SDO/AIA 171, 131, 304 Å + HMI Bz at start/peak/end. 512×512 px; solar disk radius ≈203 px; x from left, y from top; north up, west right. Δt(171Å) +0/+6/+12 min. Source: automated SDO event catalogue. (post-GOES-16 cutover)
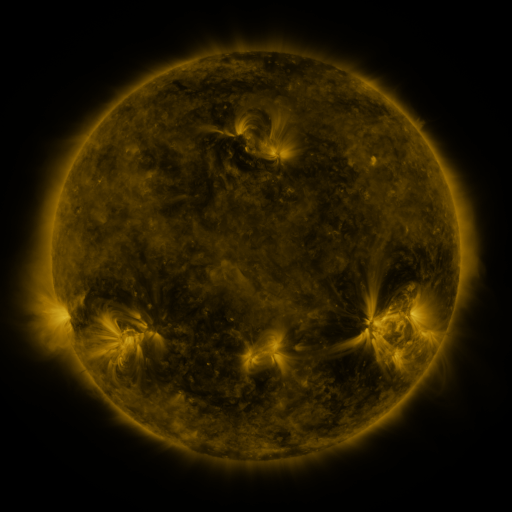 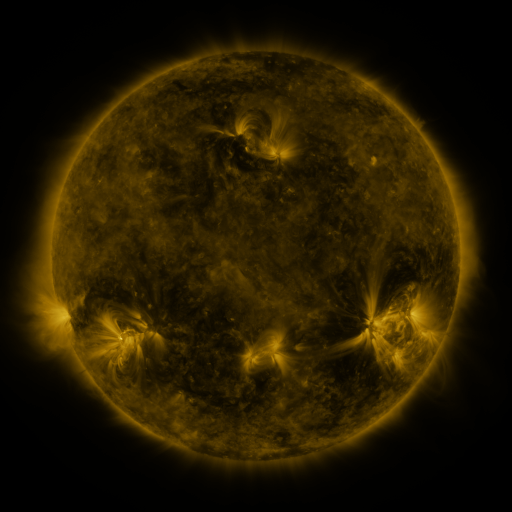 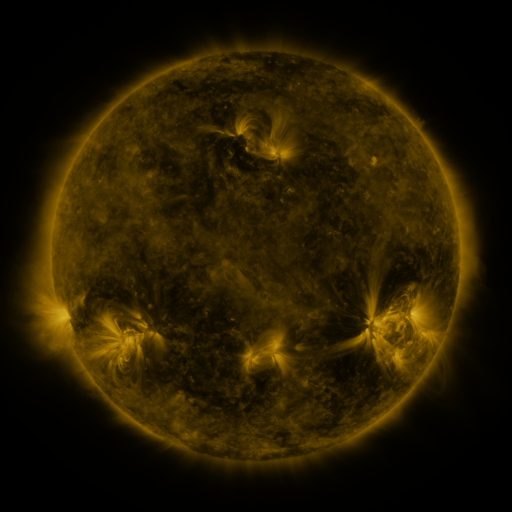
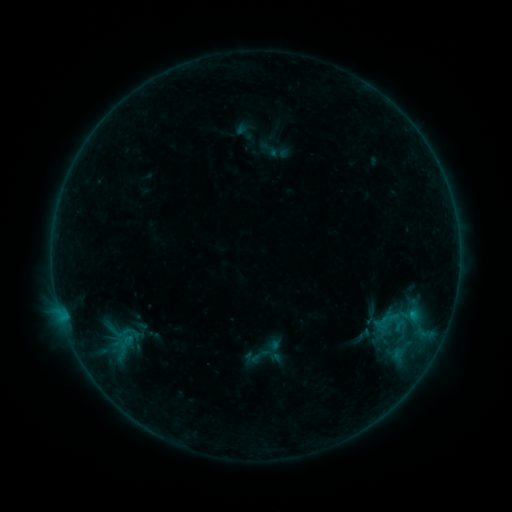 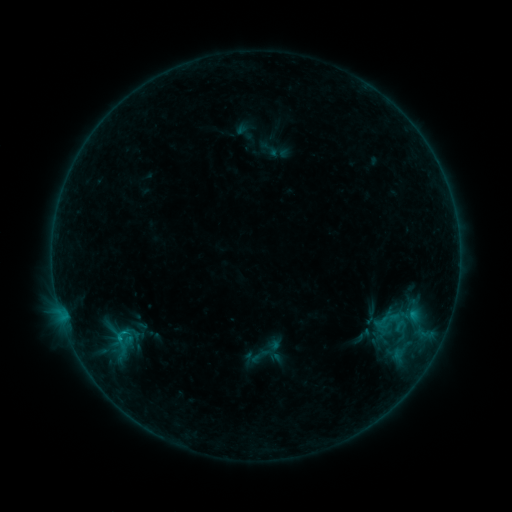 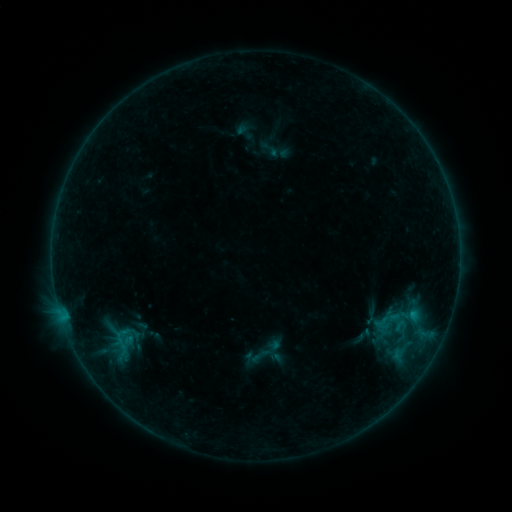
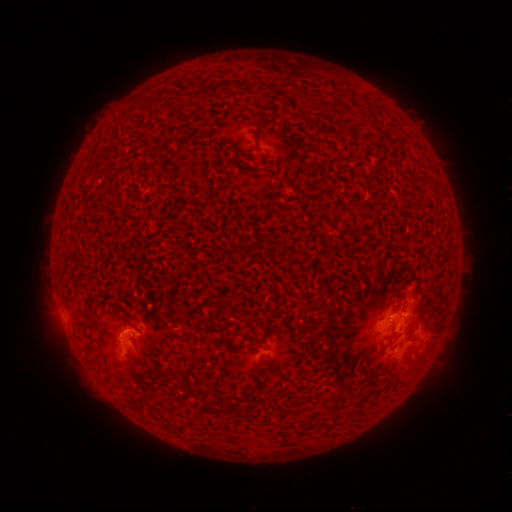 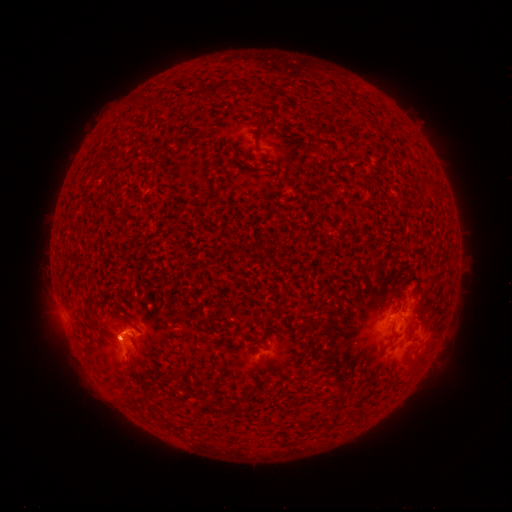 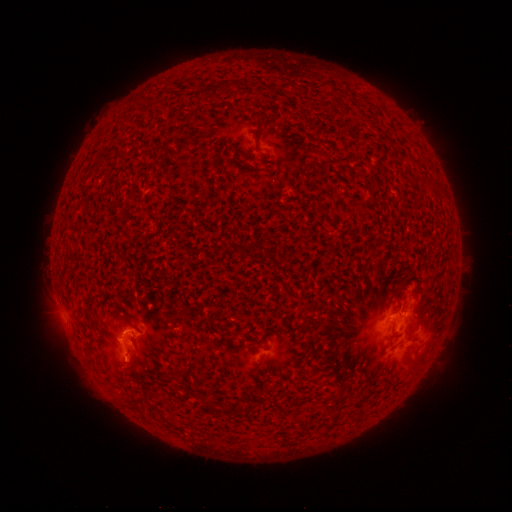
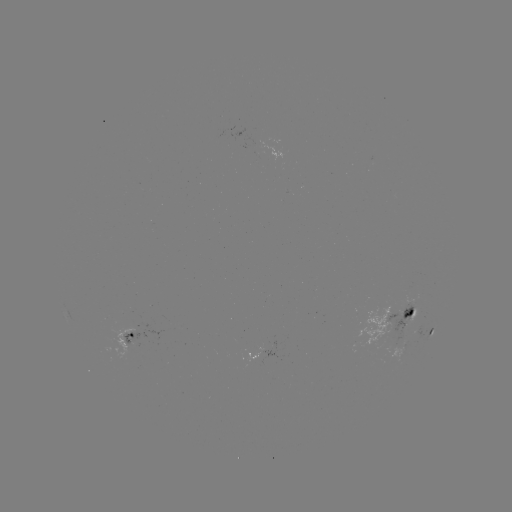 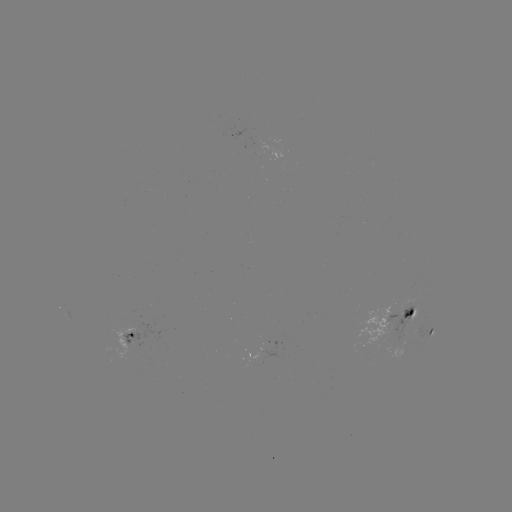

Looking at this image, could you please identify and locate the eruption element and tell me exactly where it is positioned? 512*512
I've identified eruption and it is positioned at (116, 344).